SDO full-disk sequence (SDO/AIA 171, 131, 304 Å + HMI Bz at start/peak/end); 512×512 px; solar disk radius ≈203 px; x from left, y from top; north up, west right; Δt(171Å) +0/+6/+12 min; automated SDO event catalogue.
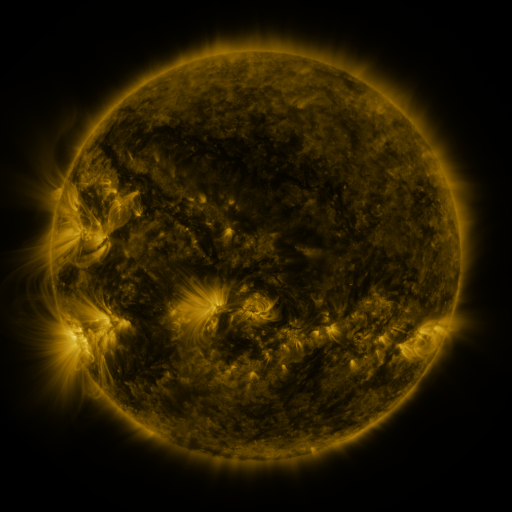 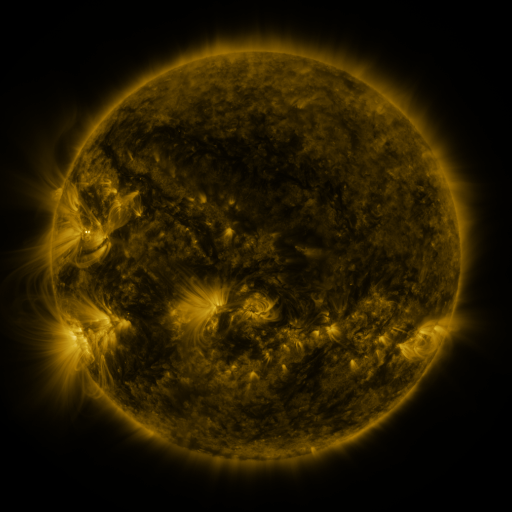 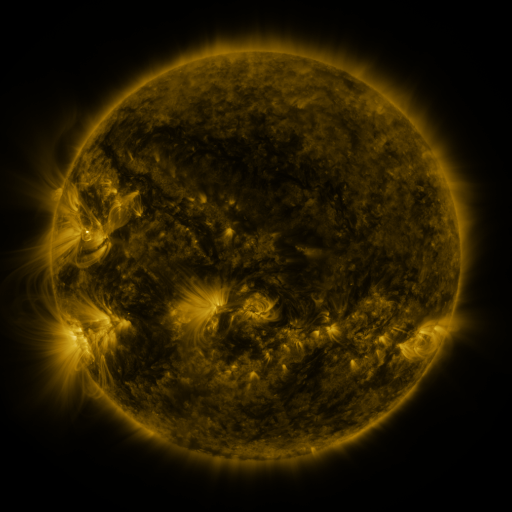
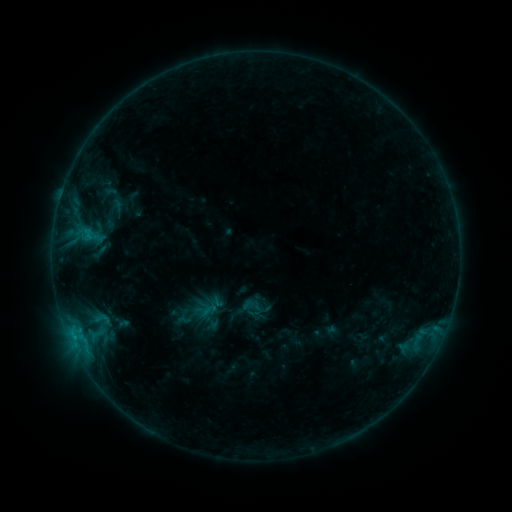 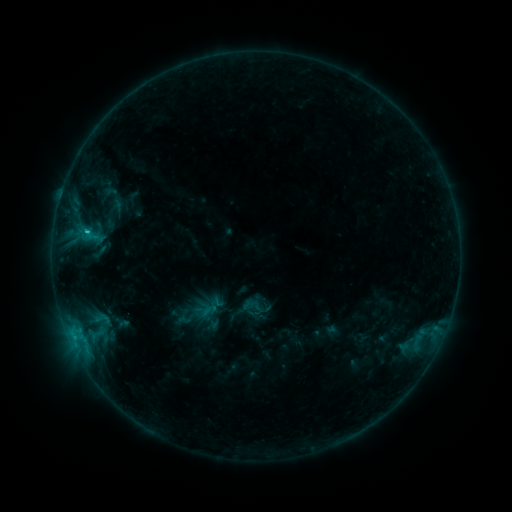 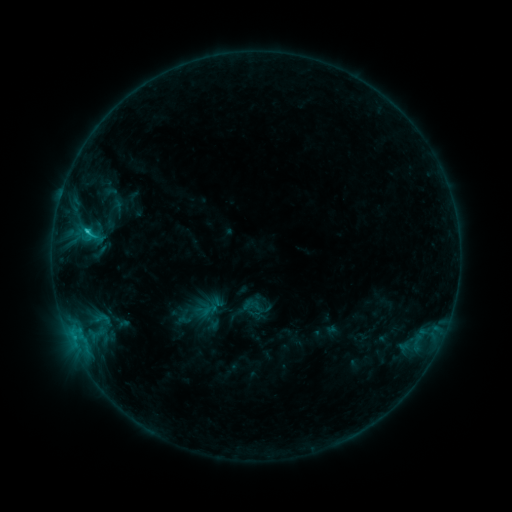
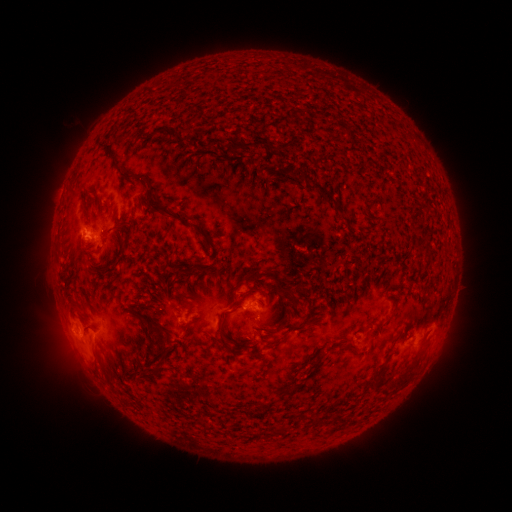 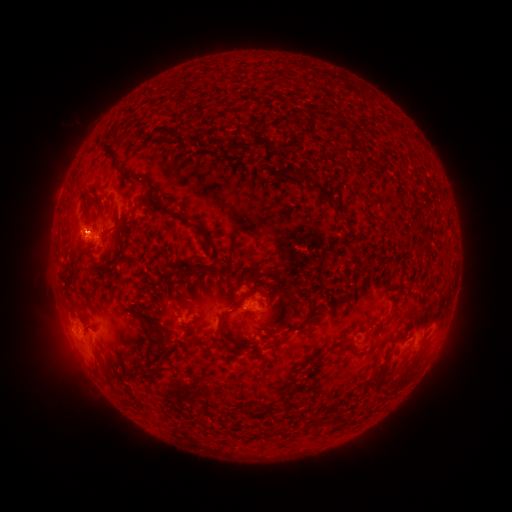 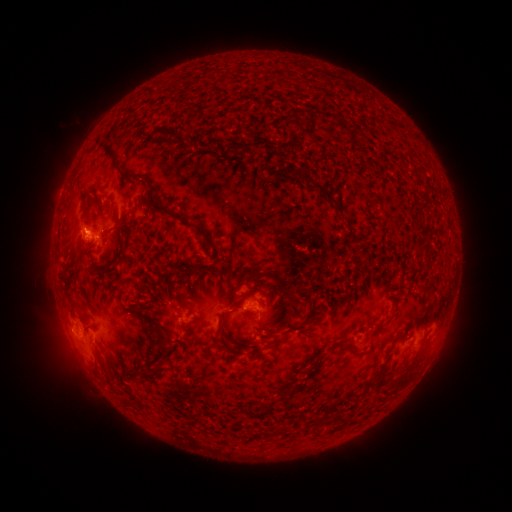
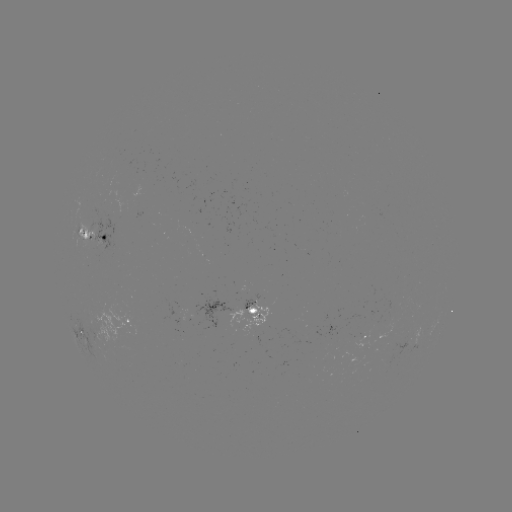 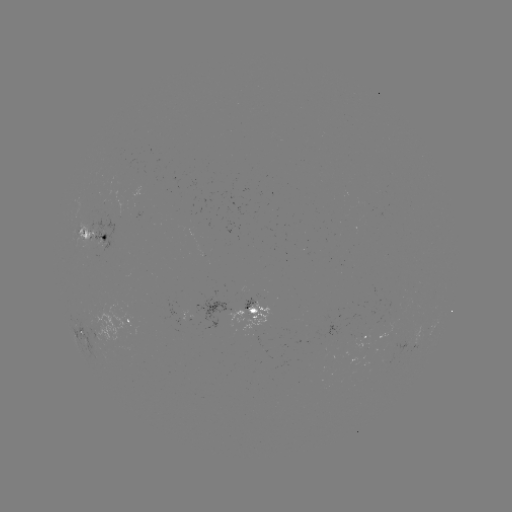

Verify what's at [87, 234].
C1.2 flare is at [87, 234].